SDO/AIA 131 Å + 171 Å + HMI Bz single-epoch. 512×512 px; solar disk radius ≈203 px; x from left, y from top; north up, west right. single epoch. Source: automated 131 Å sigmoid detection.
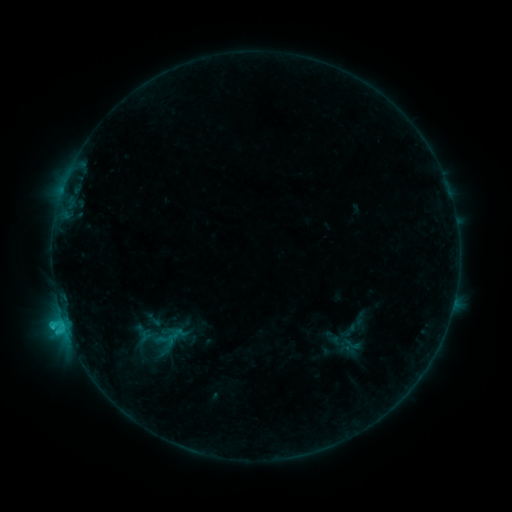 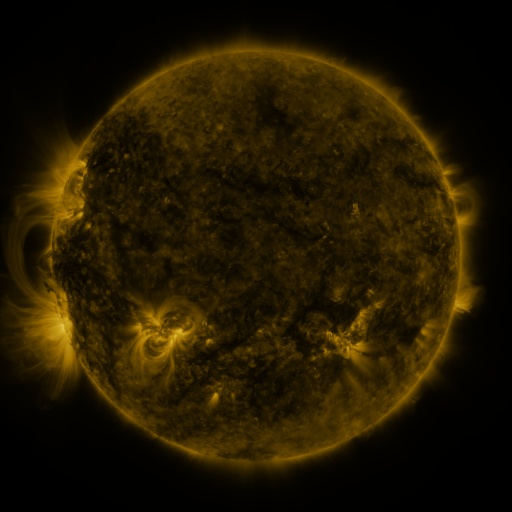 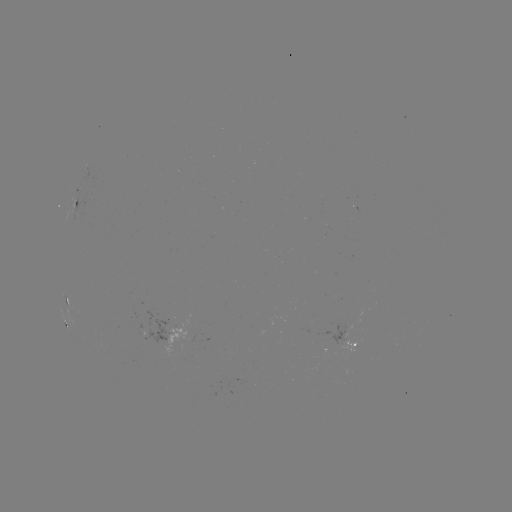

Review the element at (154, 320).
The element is sigmoid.